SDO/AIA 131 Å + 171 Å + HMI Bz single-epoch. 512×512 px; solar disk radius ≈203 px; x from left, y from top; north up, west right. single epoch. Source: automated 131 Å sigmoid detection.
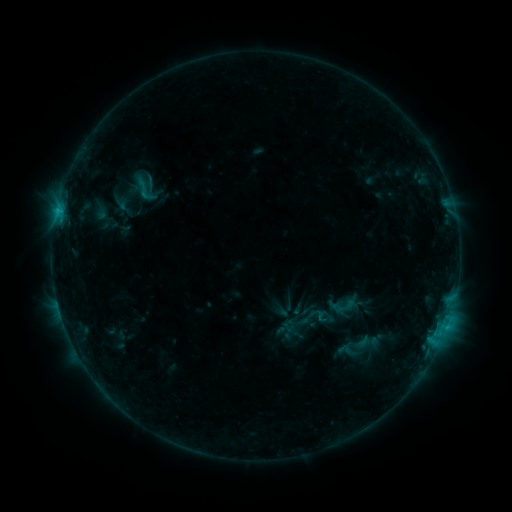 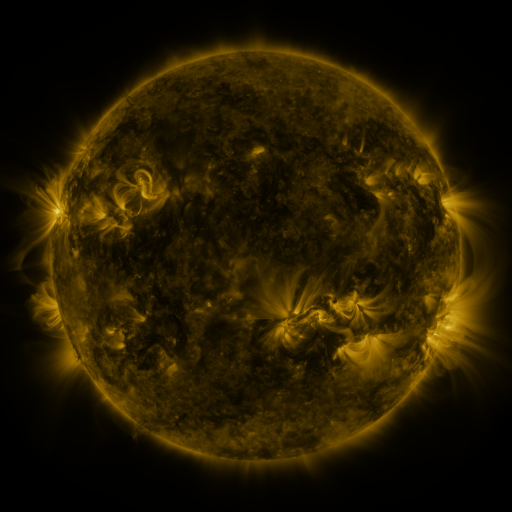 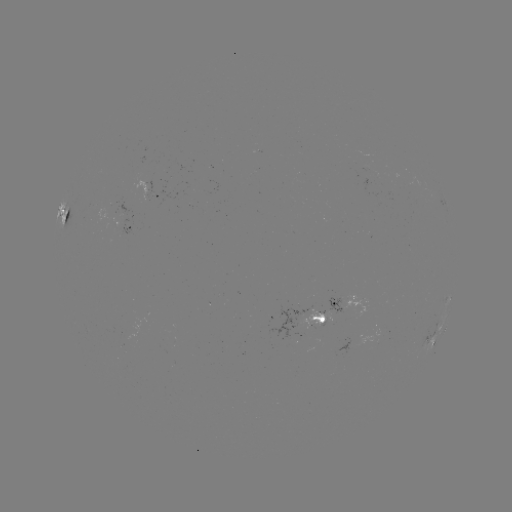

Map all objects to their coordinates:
sigmoid: (132, 176, 152, 196)
